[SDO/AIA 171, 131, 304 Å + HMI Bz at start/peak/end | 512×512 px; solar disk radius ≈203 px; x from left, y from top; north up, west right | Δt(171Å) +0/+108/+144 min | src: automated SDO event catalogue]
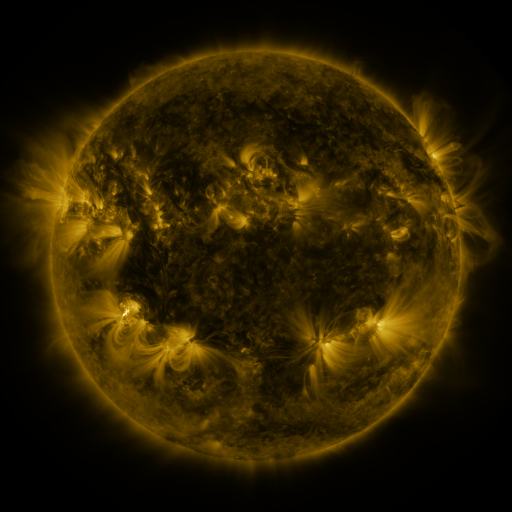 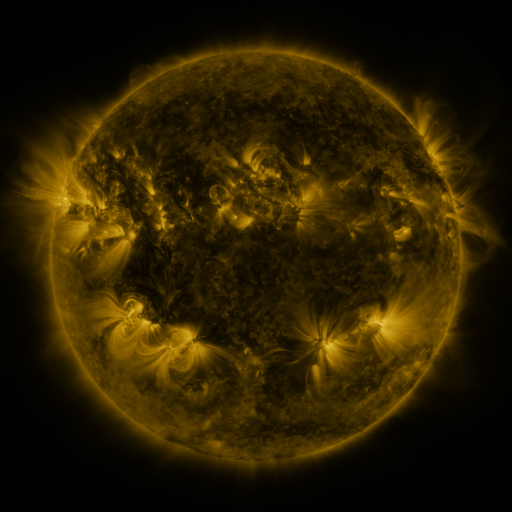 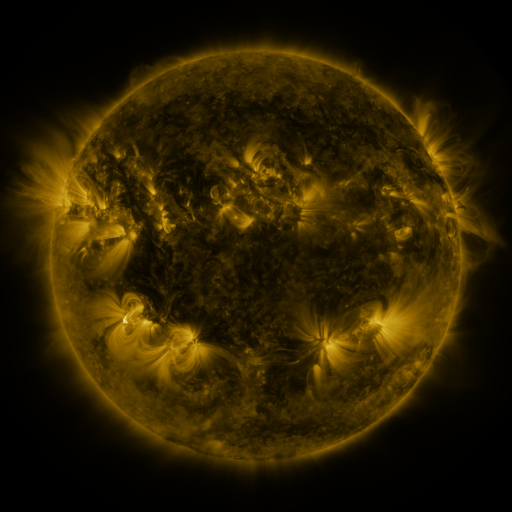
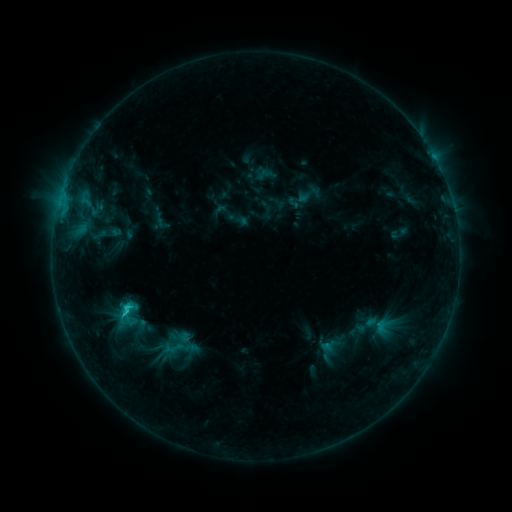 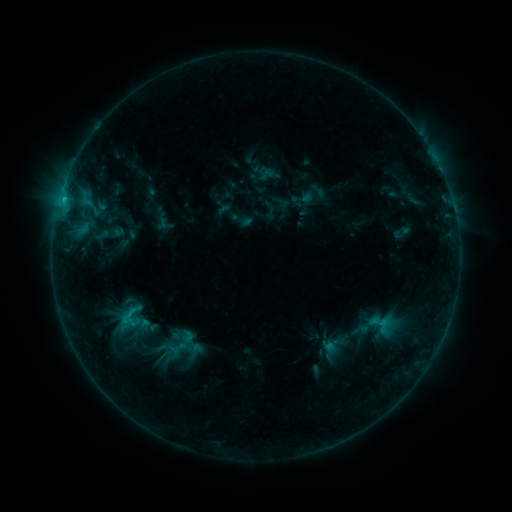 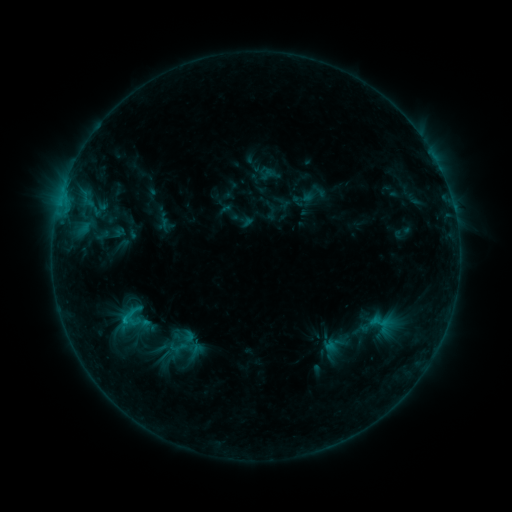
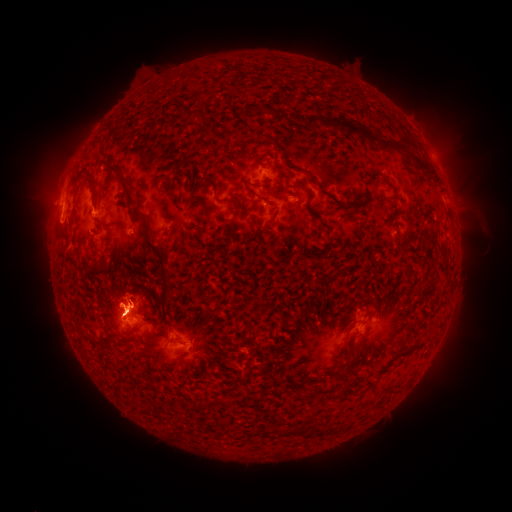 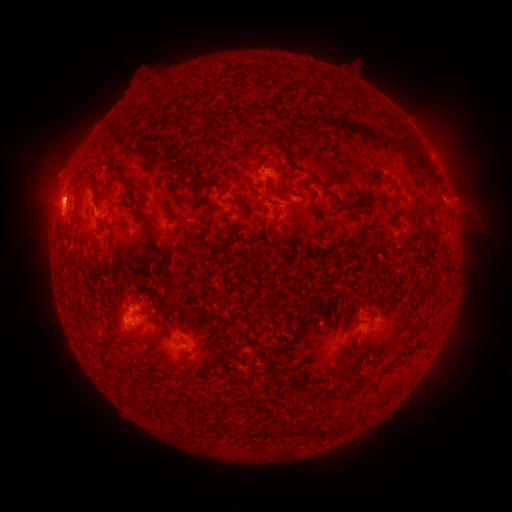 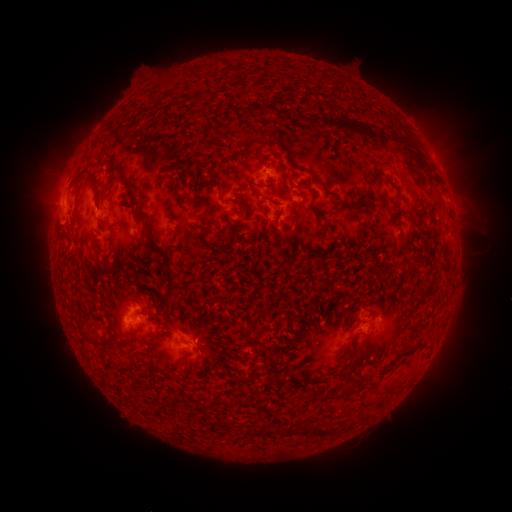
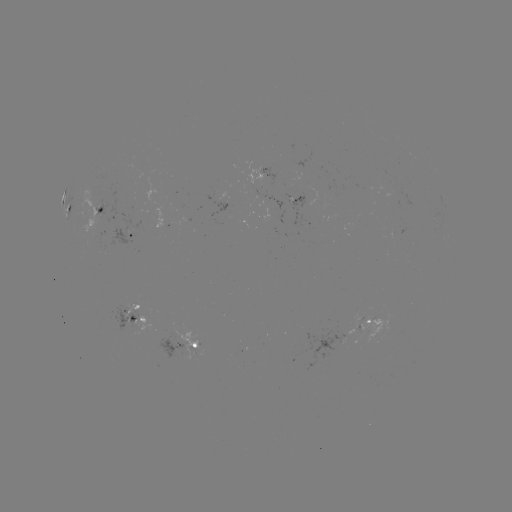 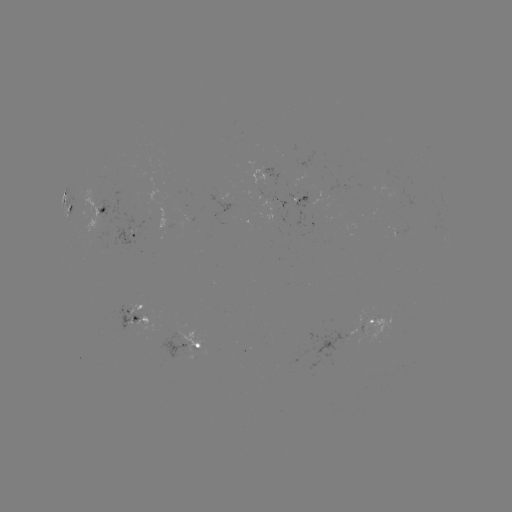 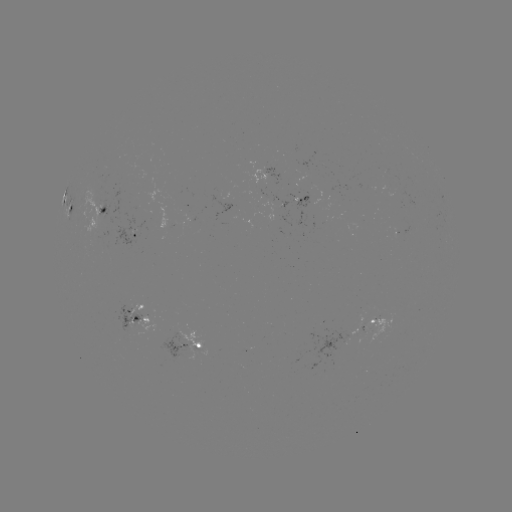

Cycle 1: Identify emerging-flux region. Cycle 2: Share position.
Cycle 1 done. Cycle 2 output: (281, 204).